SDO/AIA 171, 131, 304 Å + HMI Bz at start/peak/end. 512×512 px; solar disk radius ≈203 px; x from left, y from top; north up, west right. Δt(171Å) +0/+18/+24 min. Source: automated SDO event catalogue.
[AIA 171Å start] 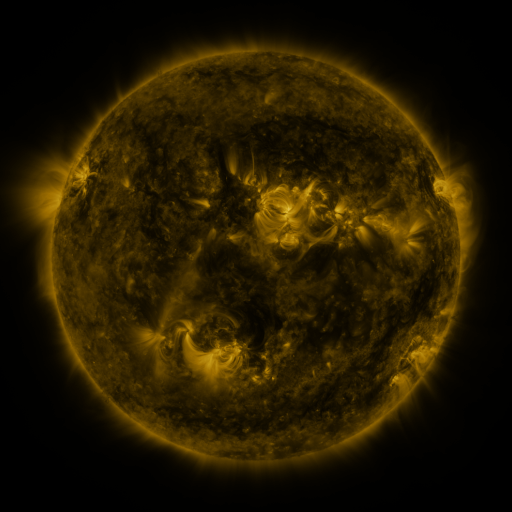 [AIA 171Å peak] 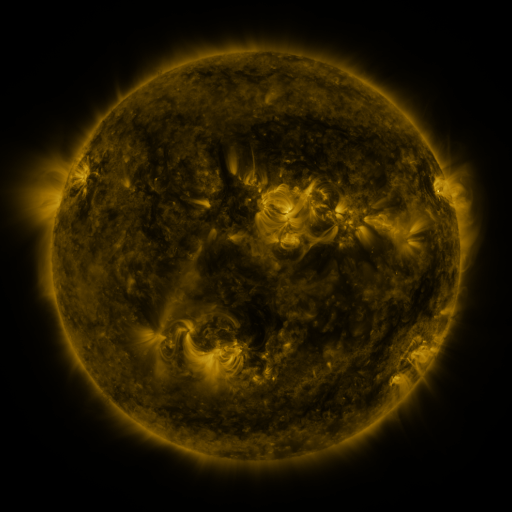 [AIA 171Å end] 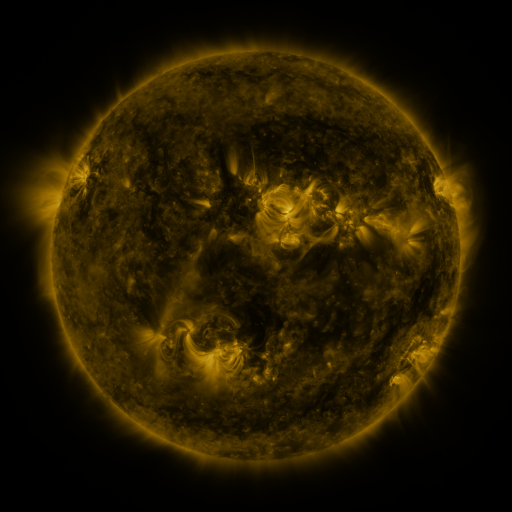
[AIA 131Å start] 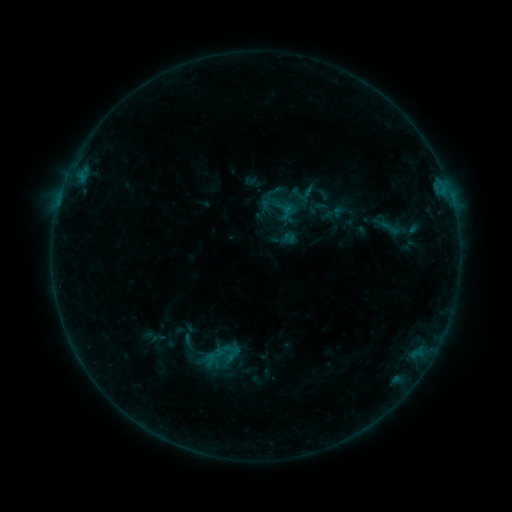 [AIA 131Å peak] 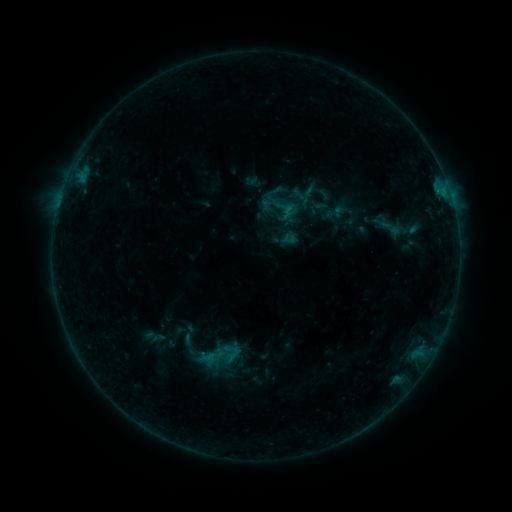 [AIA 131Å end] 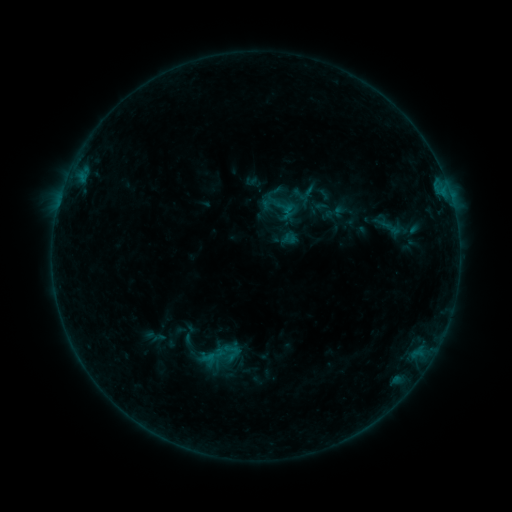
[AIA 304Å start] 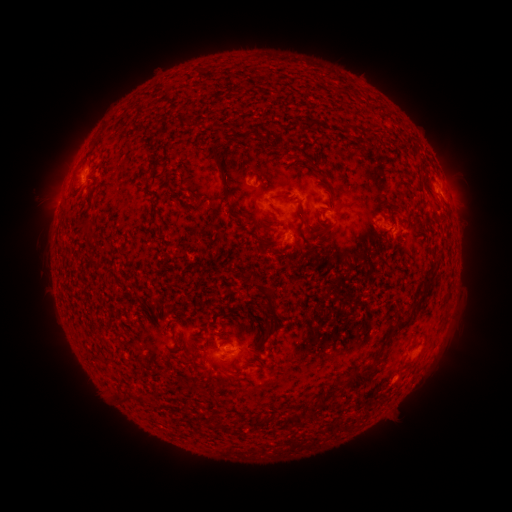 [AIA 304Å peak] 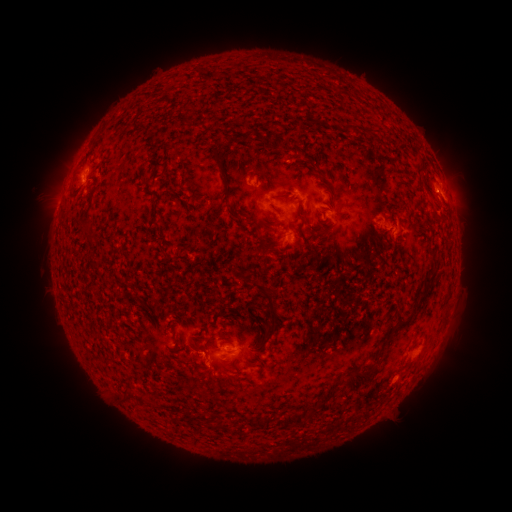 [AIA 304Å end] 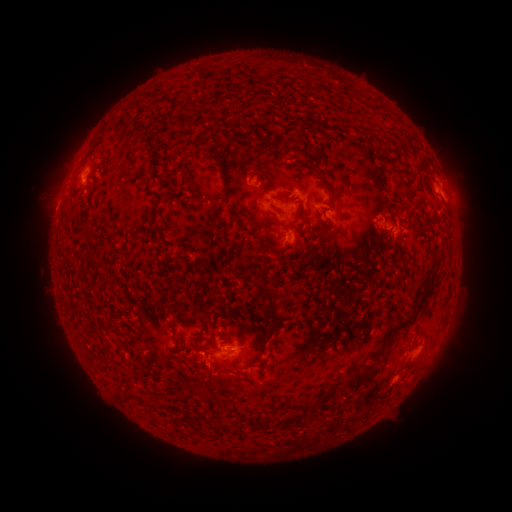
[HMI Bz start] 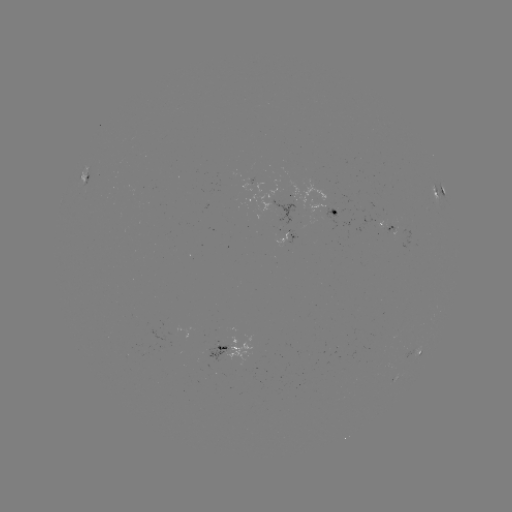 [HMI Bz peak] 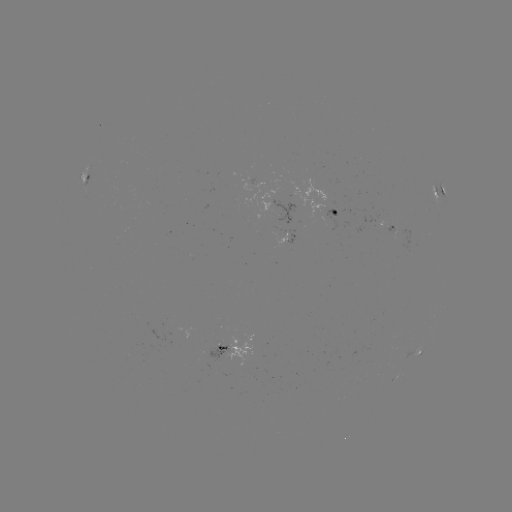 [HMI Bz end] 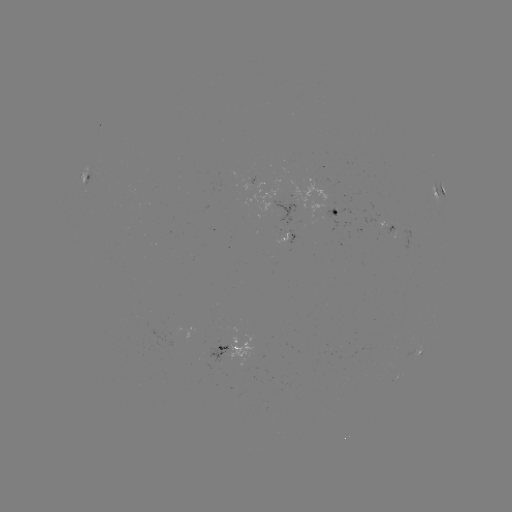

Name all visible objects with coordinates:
B4.0 flare: (444, 193)
